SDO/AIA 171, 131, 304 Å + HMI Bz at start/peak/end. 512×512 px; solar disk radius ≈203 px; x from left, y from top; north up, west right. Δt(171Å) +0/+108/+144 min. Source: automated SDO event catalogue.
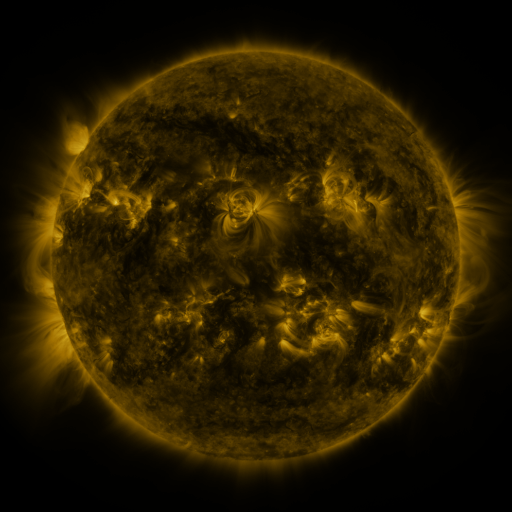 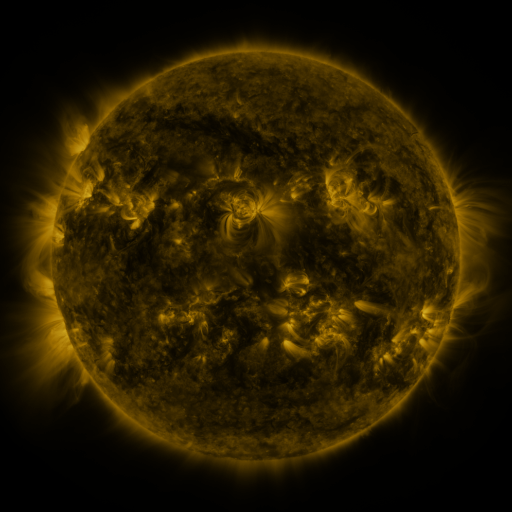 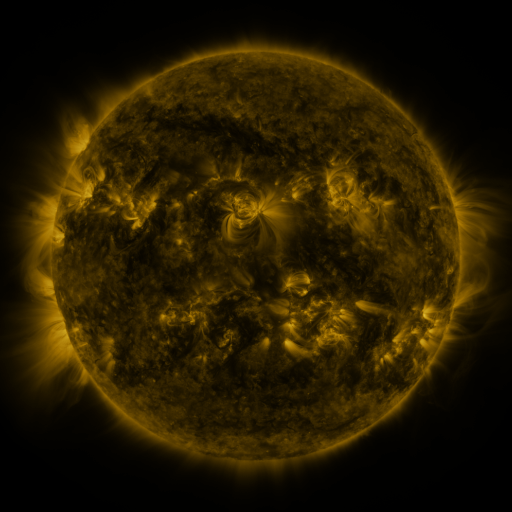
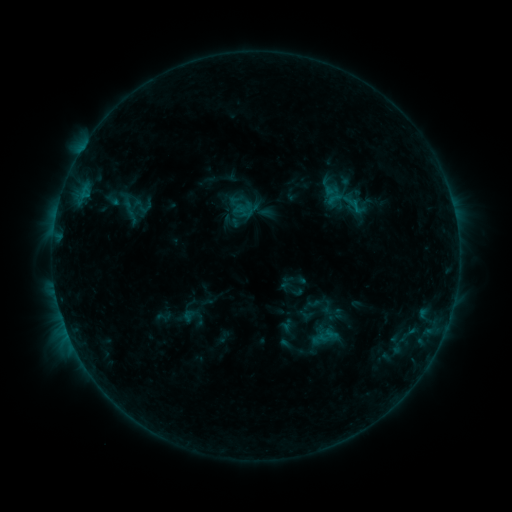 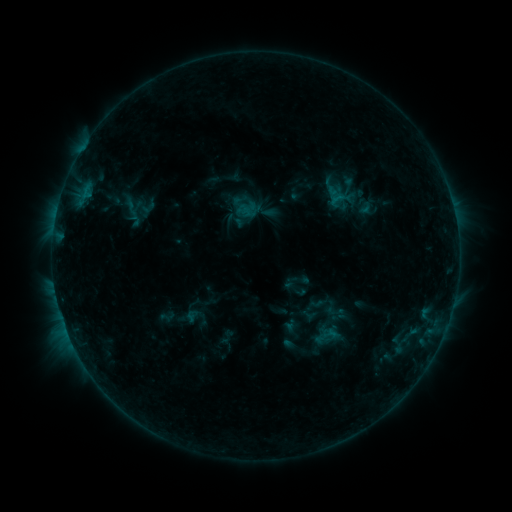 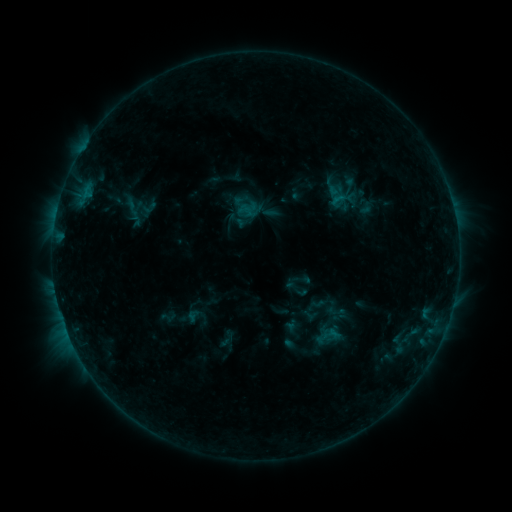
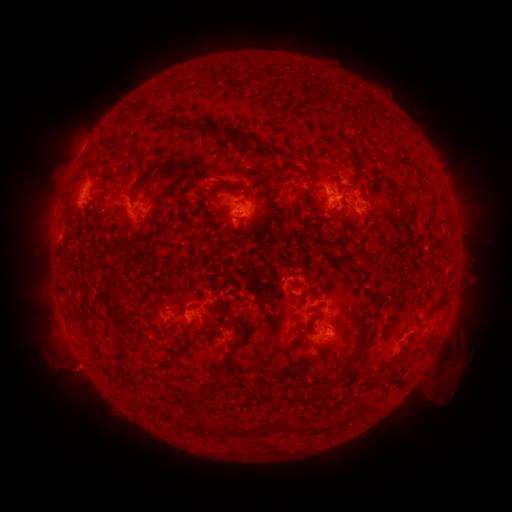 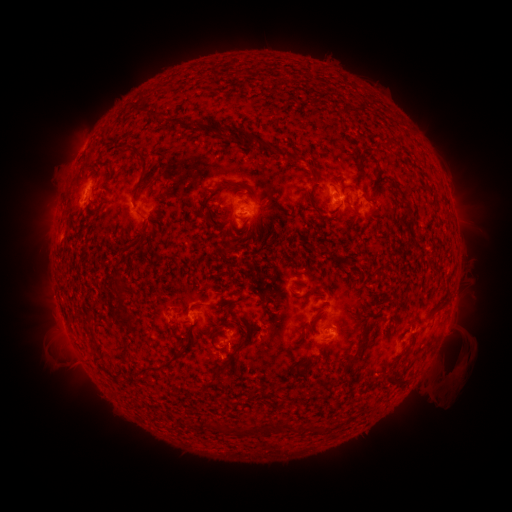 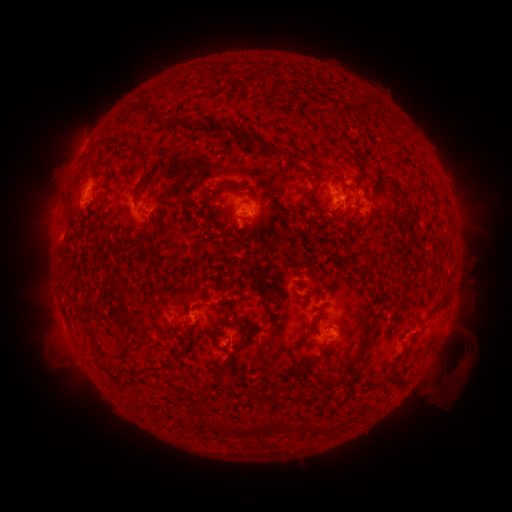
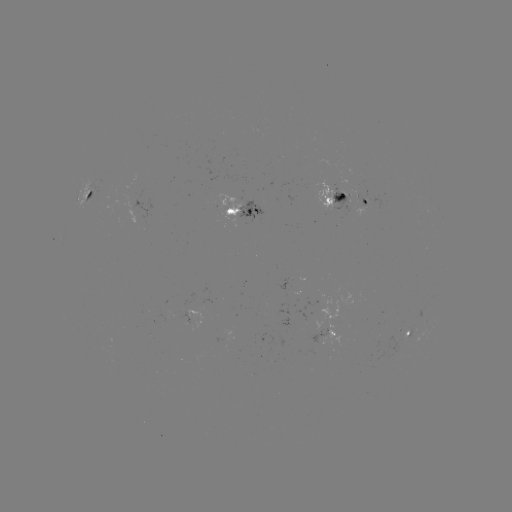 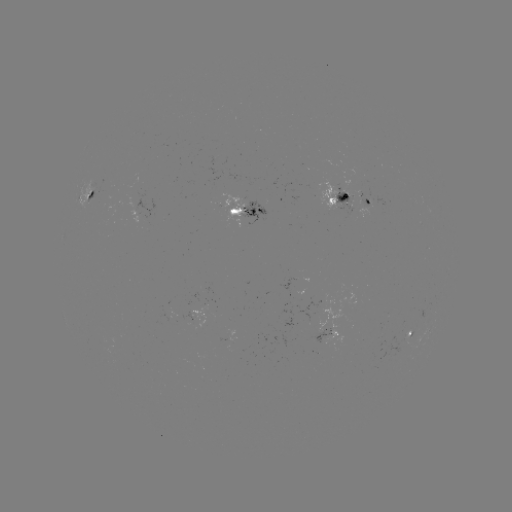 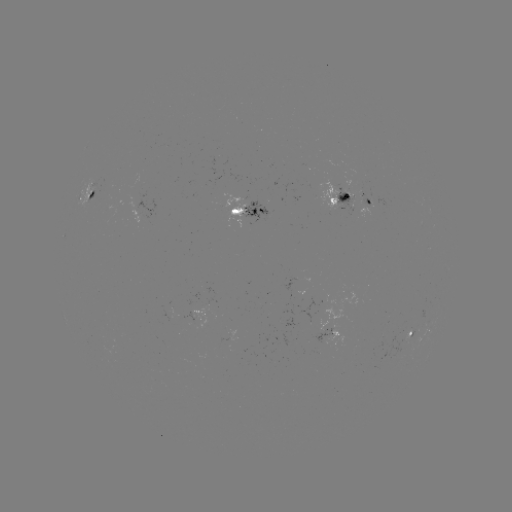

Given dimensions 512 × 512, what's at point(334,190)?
emerging-flux region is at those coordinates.